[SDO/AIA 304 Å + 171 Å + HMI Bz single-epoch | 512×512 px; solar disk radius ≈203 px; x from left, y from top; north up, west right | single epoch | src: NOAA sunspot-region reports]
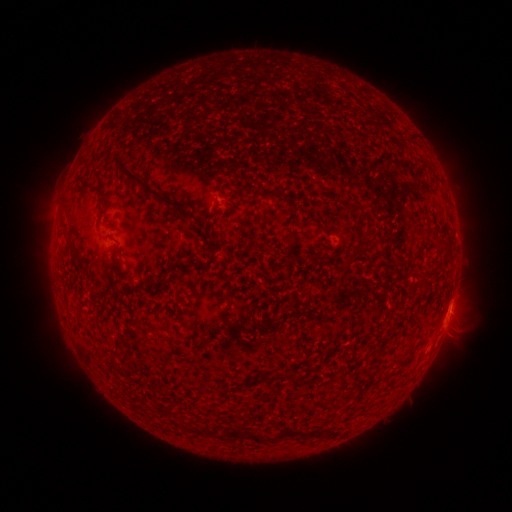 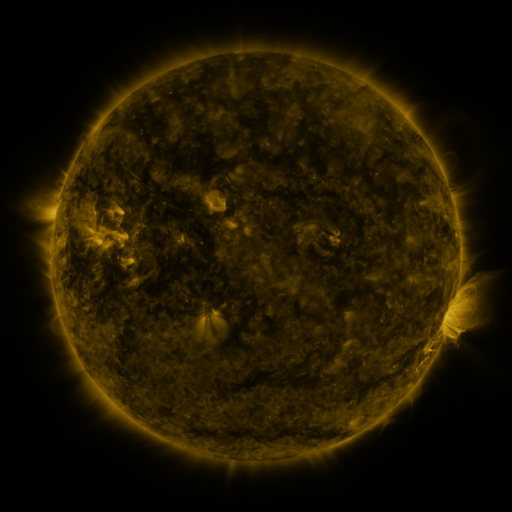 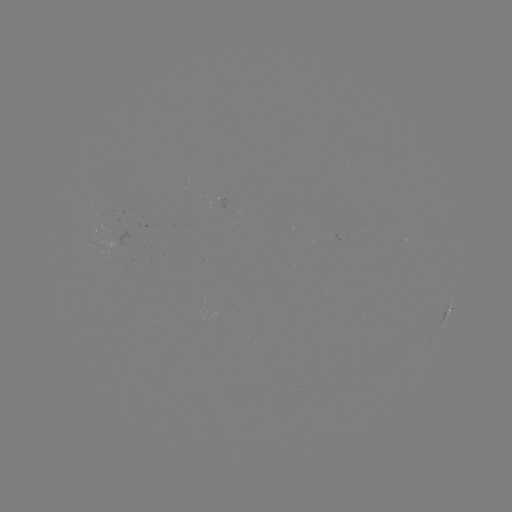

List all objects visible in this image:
spotted active region: (450, 308)
